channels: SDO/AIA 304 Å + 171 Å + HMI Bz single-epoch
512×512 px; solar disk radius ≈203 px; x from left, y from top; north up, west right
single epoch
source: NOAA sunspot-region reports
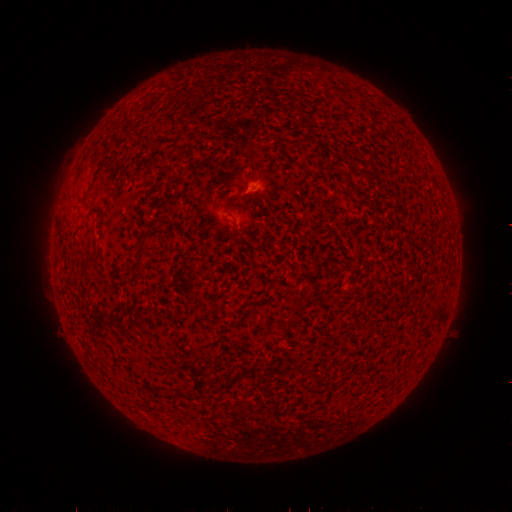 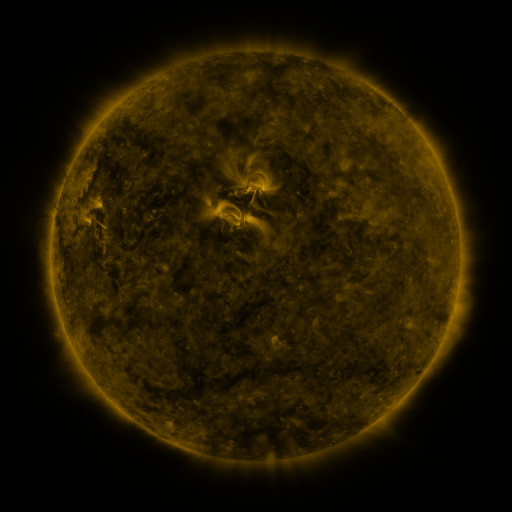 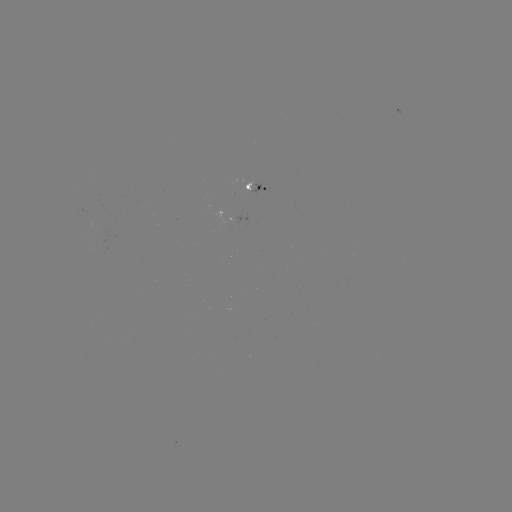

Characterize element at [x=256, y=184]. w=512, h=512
spotted active region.